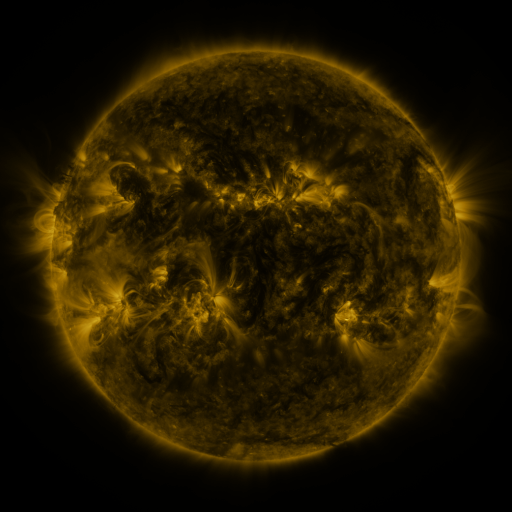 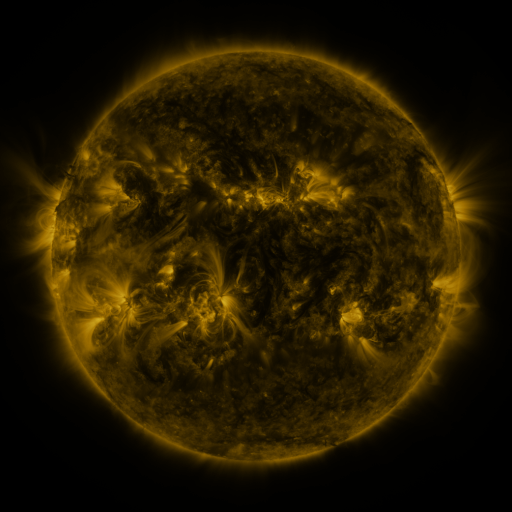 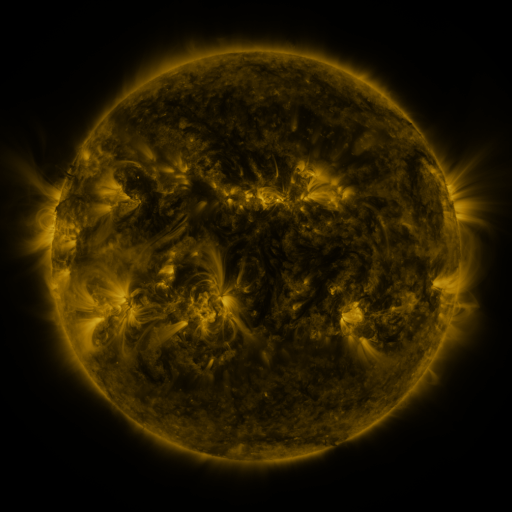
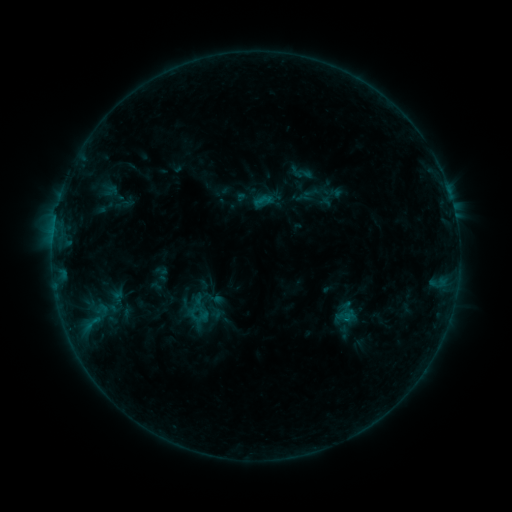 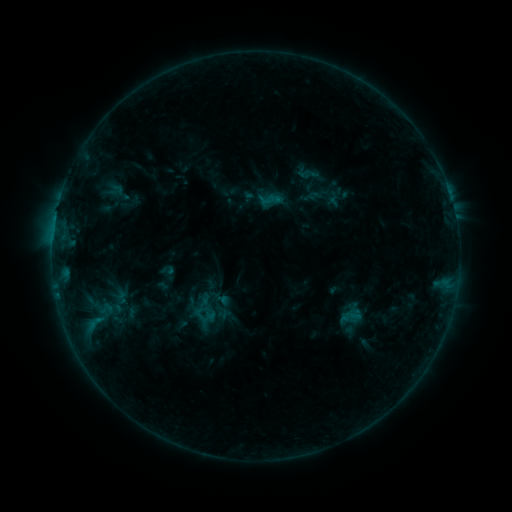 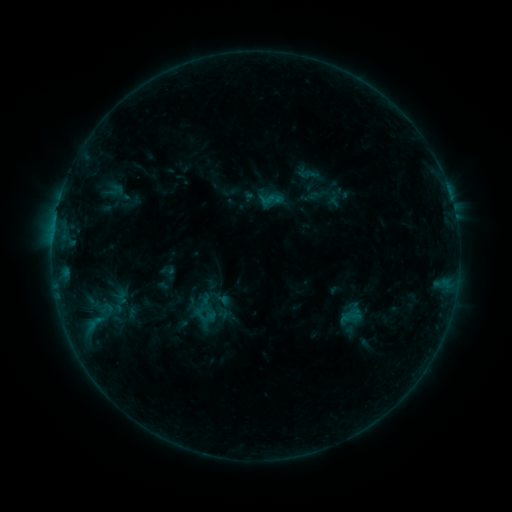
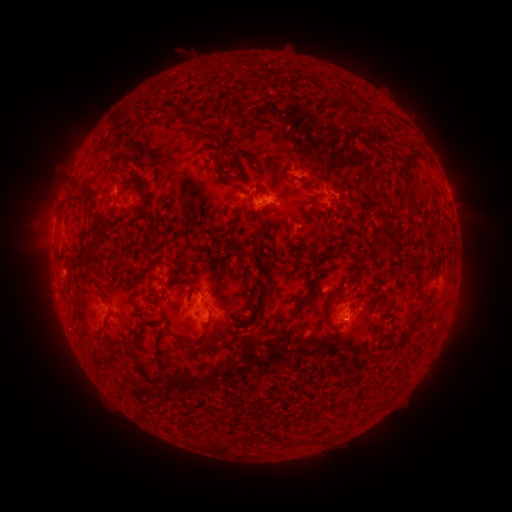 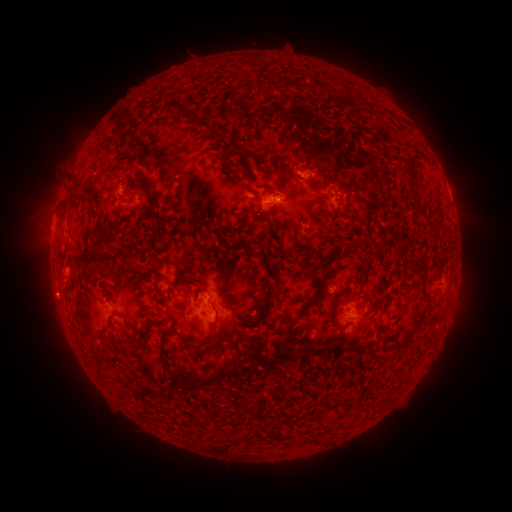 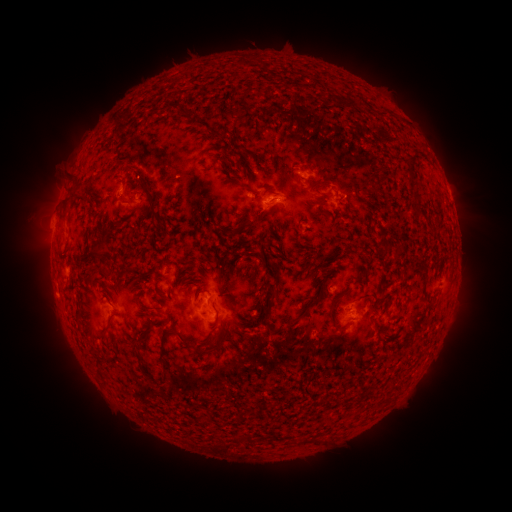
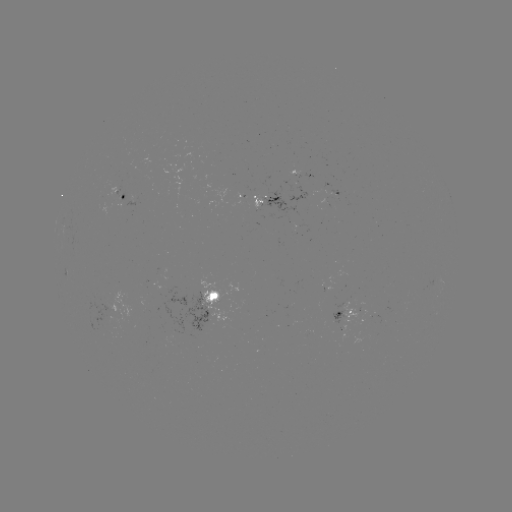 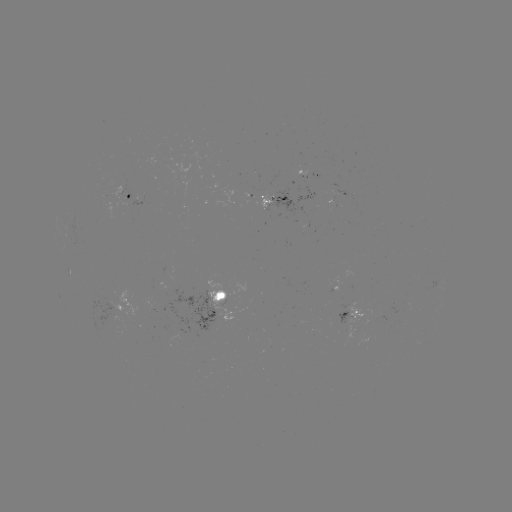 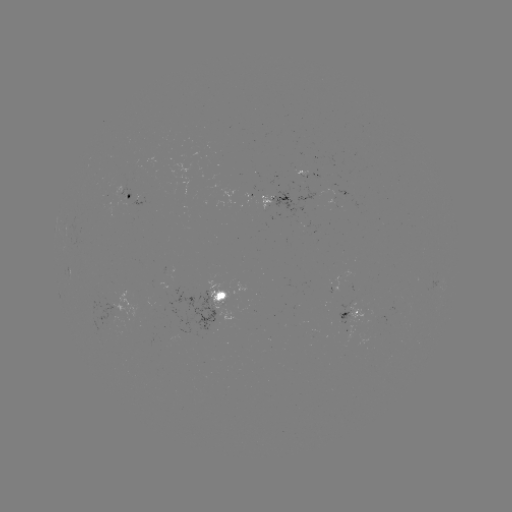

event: emerging-flux region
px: (264, 206)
